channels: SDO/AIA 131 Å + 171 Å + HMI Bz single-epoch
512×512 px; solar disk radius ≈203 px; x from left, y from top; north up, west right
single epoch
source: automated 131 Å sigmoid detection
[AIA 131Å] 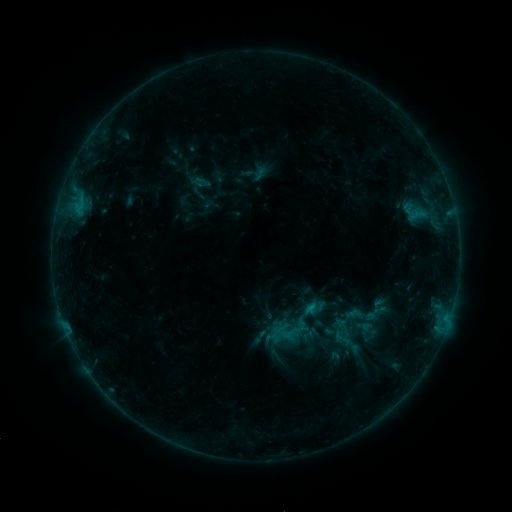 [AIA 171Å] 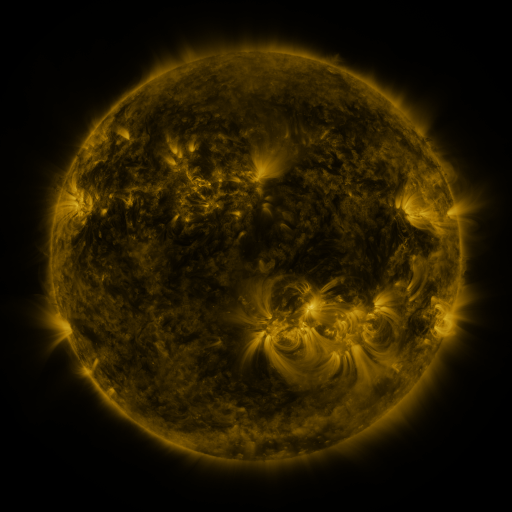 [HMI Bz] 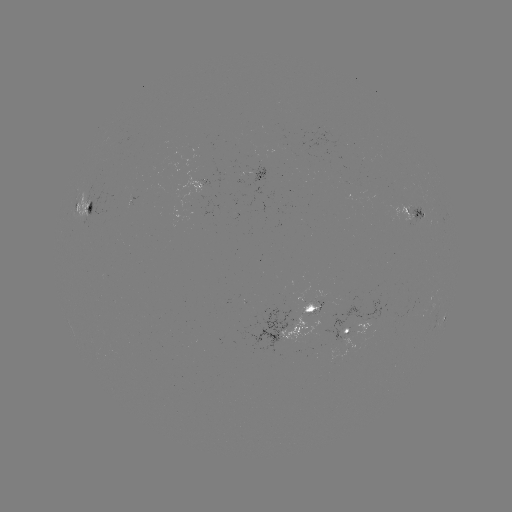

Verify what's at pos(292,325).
sigmoid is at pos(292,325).